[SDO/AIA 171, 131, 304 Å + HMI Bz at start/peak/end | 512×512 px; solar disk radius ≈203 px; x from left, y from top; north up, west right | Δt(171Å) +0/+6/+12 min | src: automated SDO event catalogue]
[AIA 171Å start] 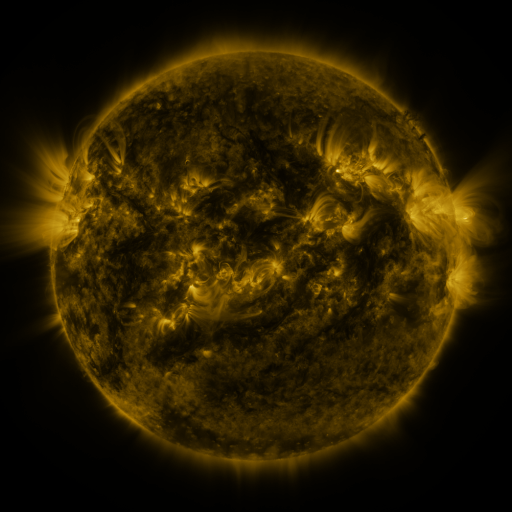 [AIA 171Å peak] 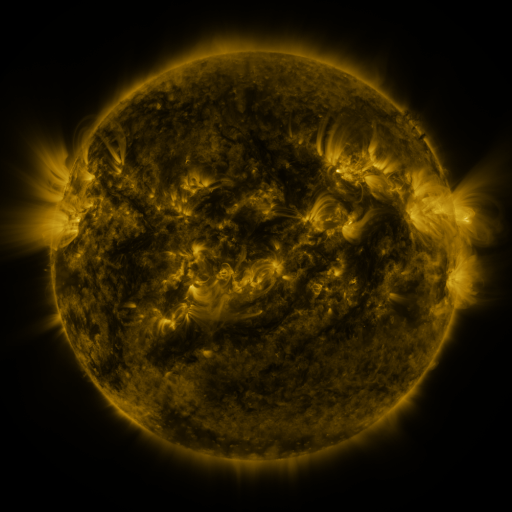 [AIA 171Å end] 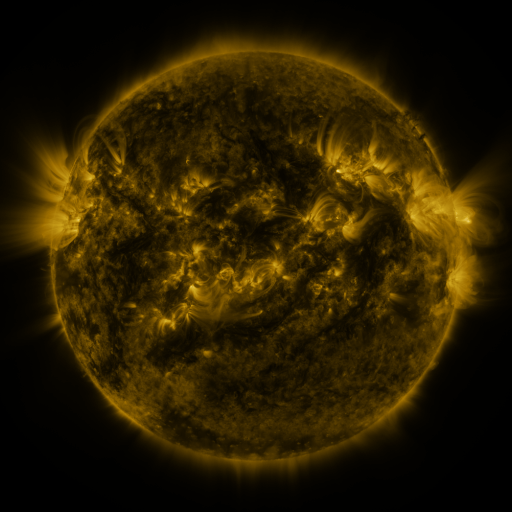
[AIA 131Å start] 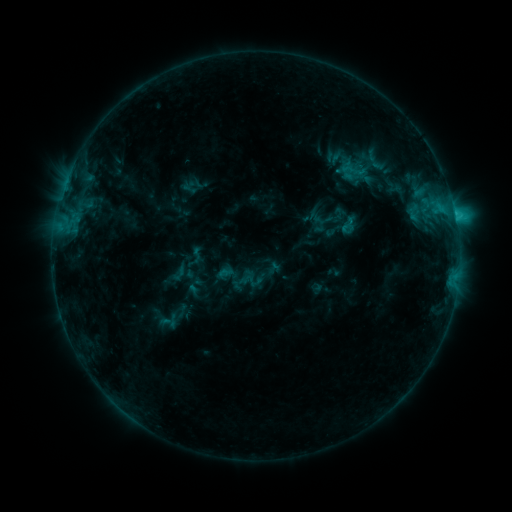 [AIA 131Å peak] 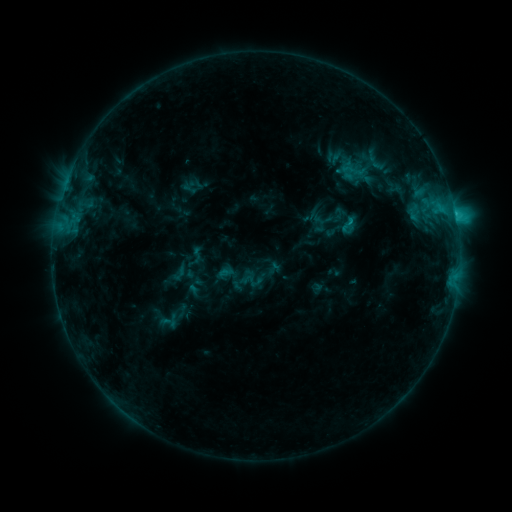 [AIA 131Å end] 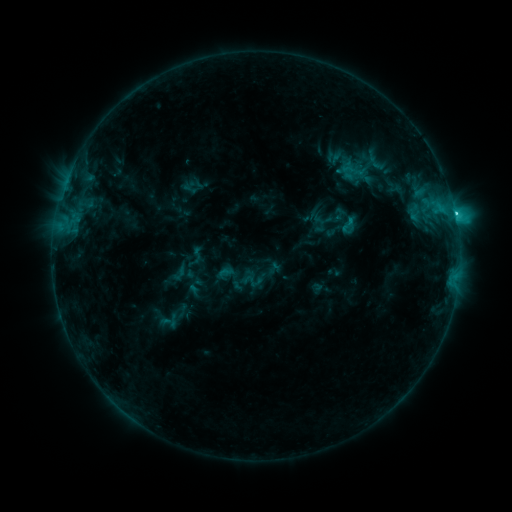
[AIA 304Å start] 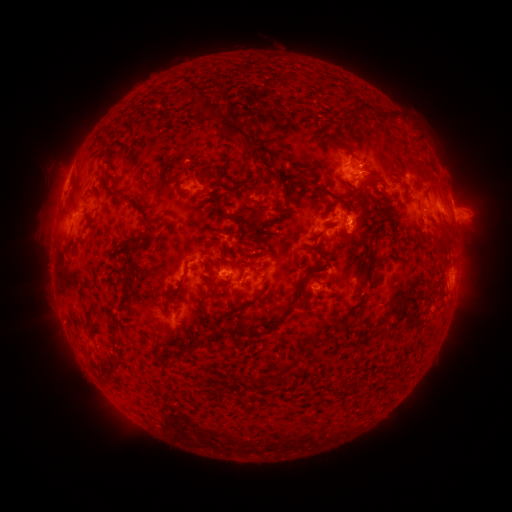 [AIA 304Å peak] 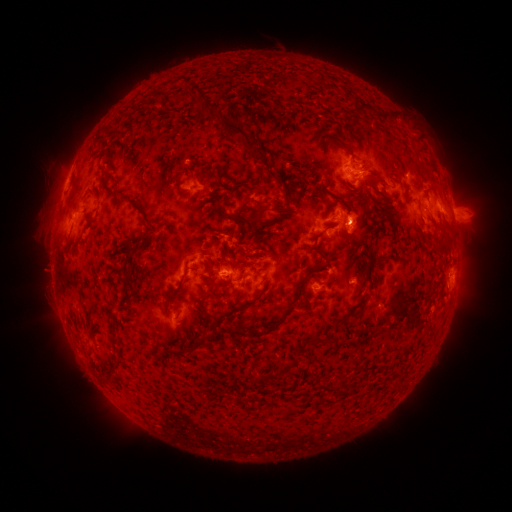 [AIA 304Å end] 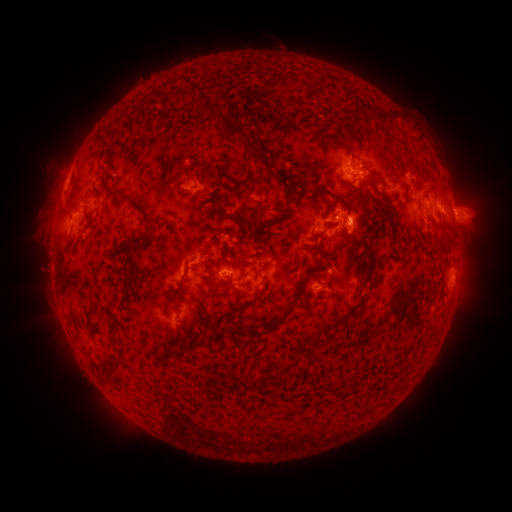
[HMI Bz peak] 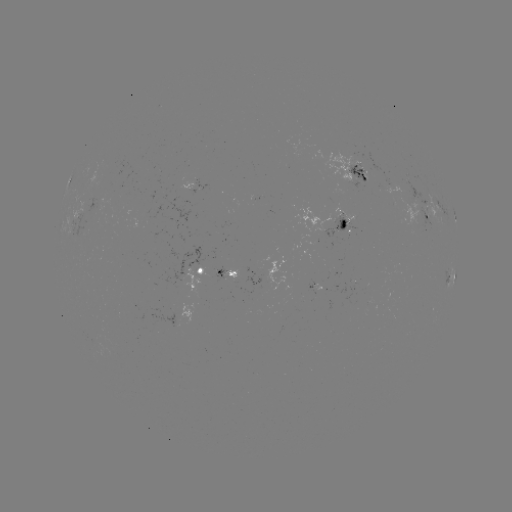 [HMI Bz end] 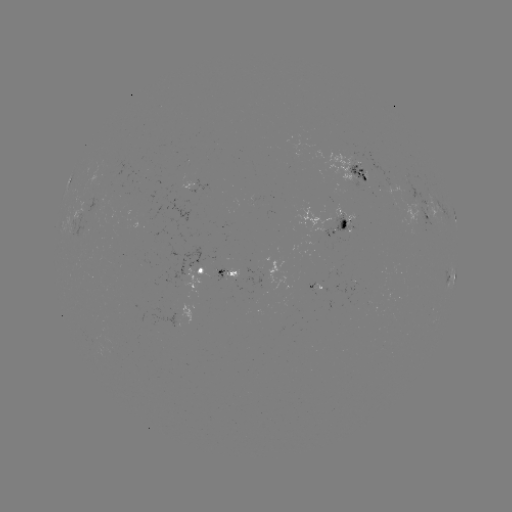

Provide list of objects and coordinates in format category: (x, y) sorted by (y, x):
C2.3 flare: (348, 222)
